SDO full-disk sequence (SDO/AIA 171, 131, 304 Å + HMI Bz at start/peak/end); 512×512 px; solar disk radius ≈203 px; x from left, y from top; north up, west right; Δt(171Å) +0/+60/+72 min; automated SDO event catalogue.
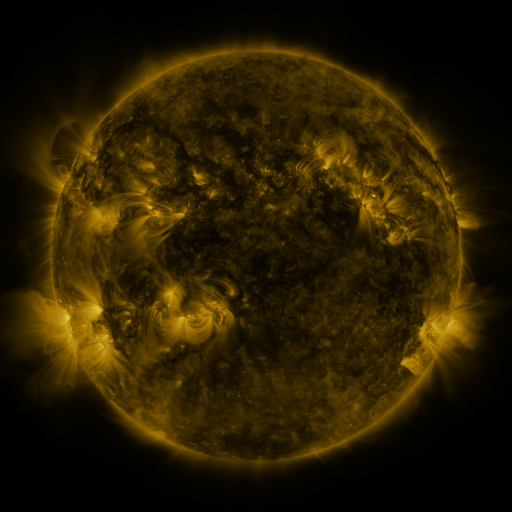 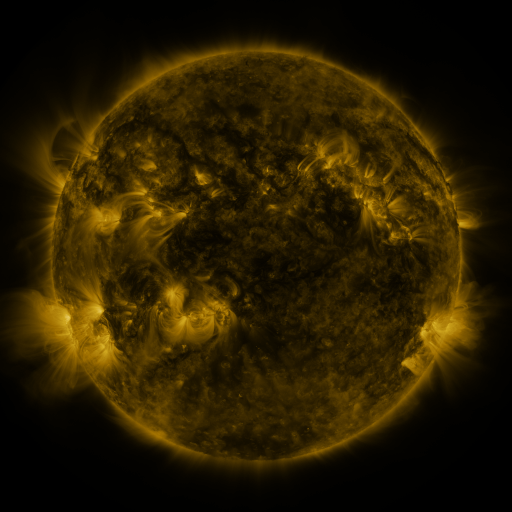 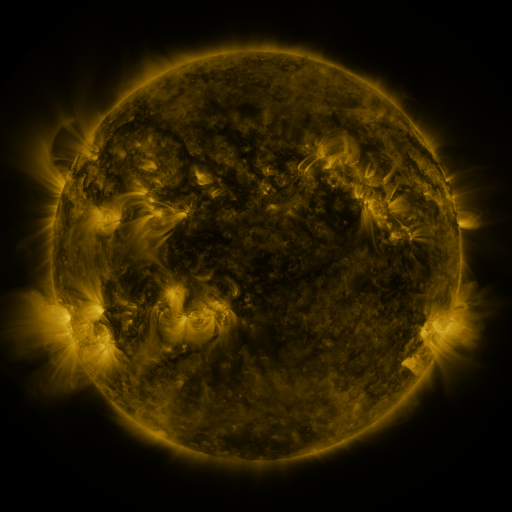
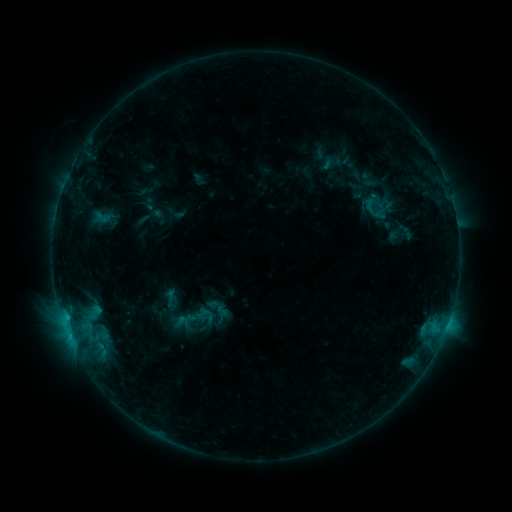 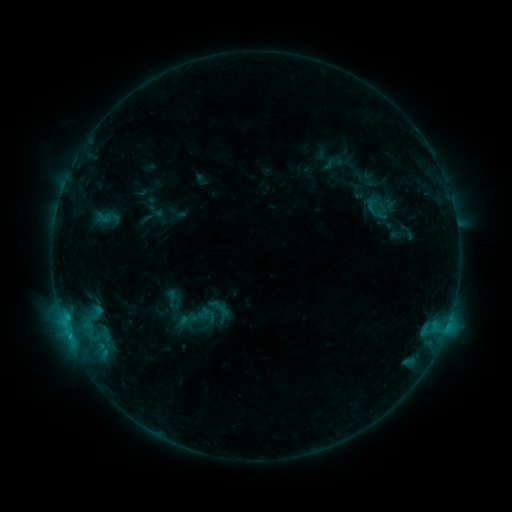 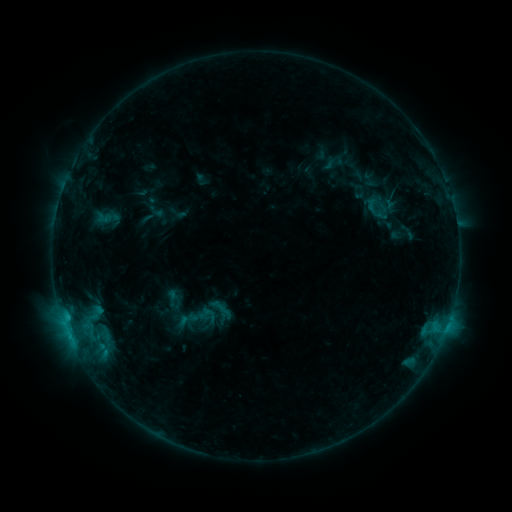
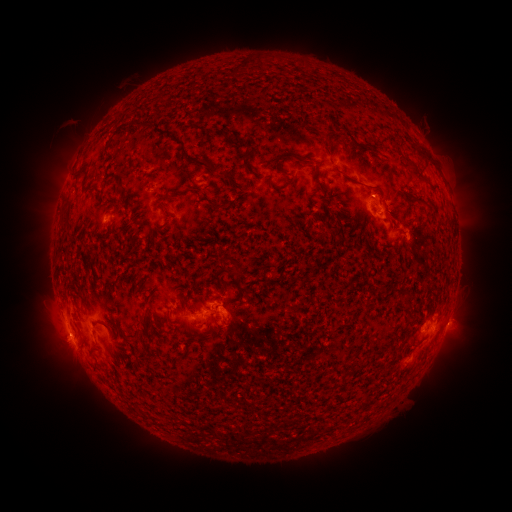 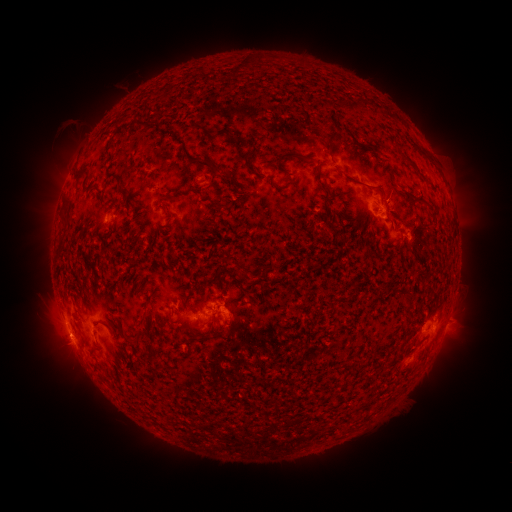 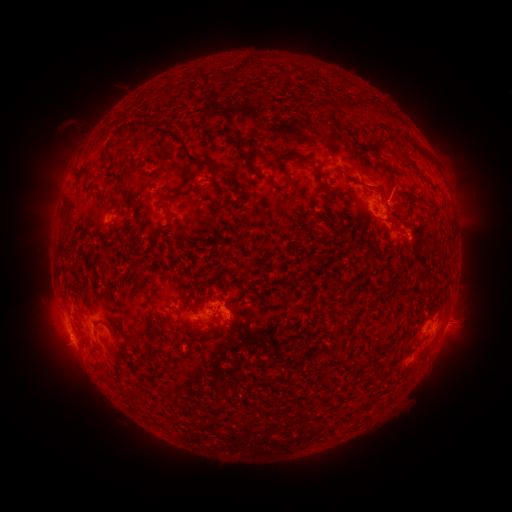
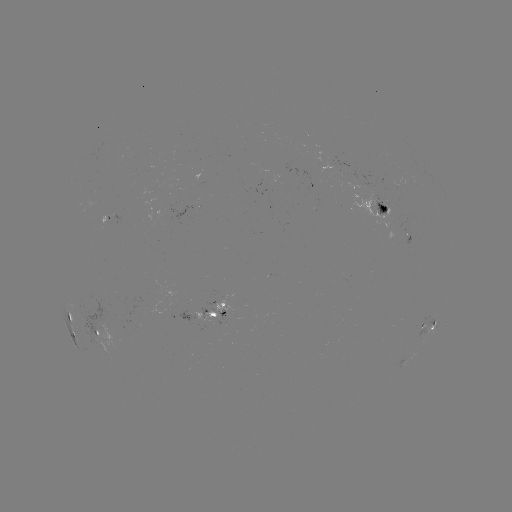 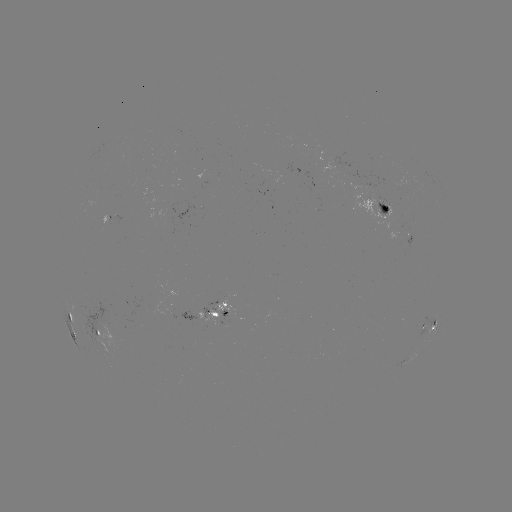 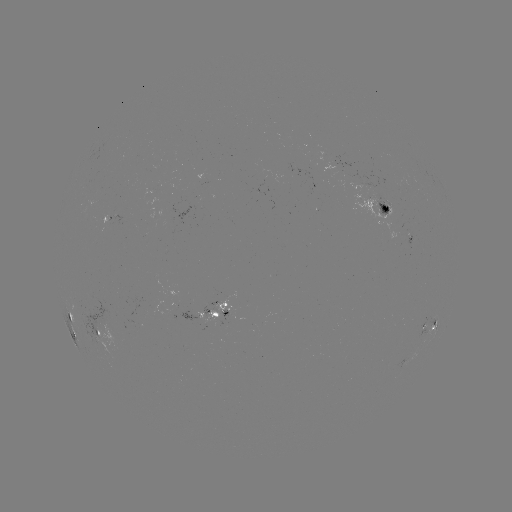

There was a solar emerging-flux region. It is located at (380, 207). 